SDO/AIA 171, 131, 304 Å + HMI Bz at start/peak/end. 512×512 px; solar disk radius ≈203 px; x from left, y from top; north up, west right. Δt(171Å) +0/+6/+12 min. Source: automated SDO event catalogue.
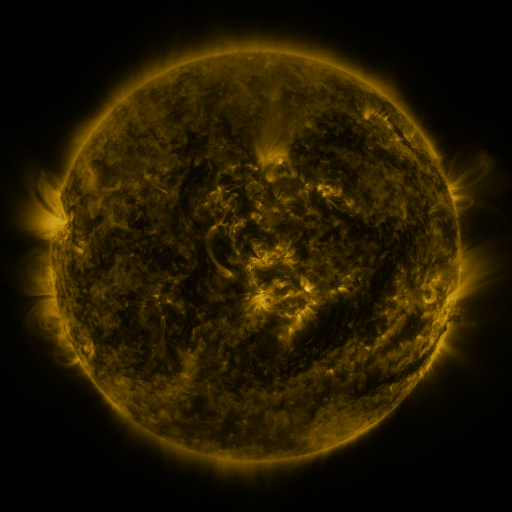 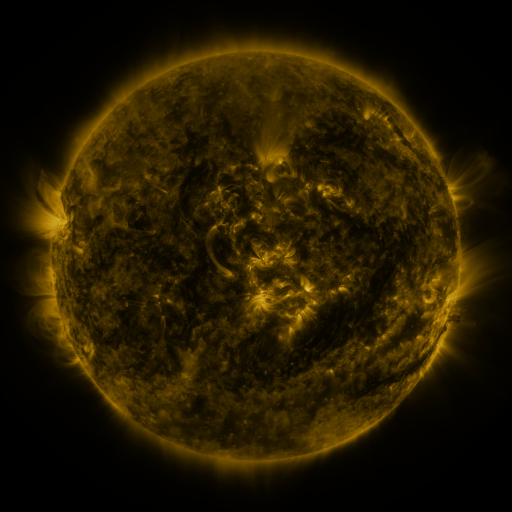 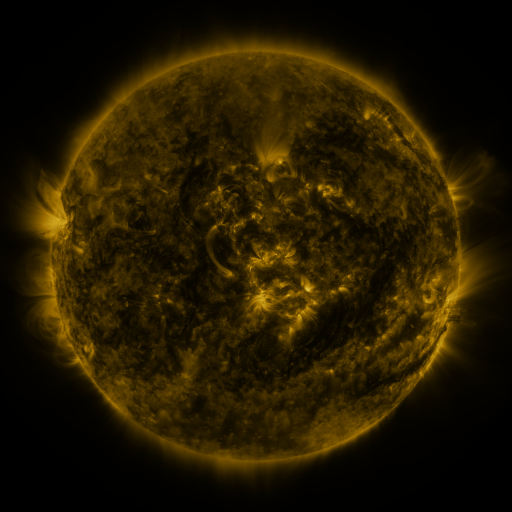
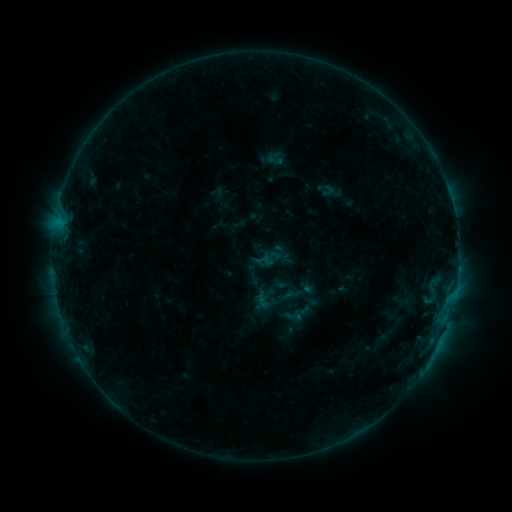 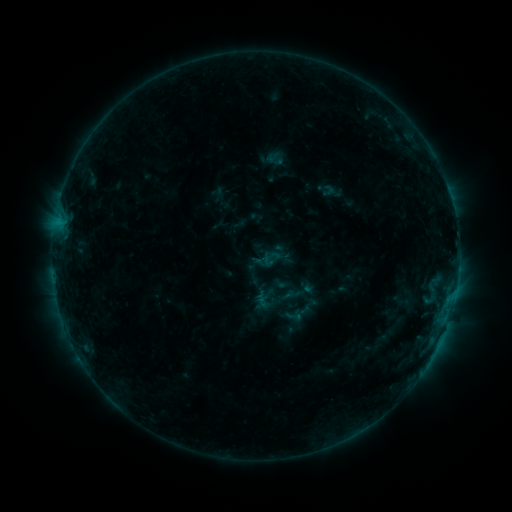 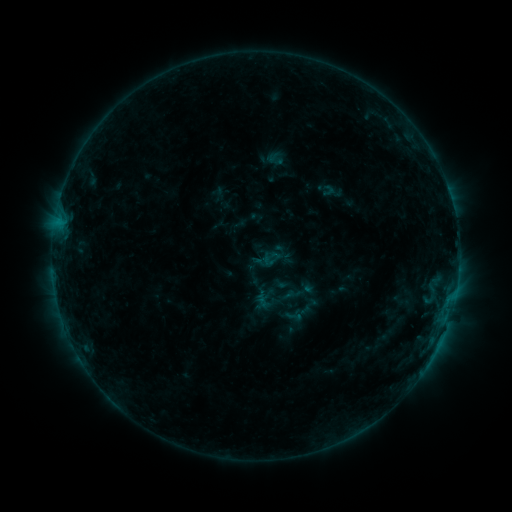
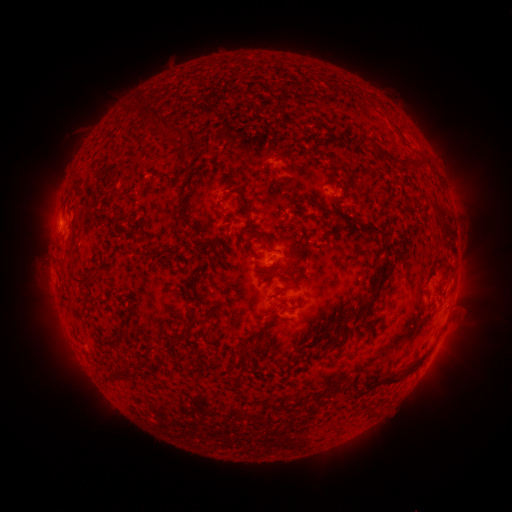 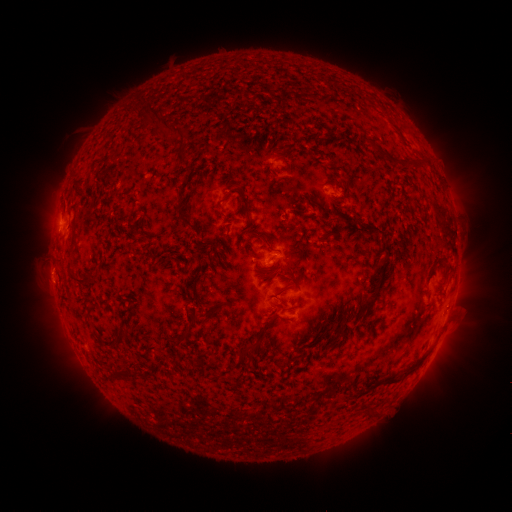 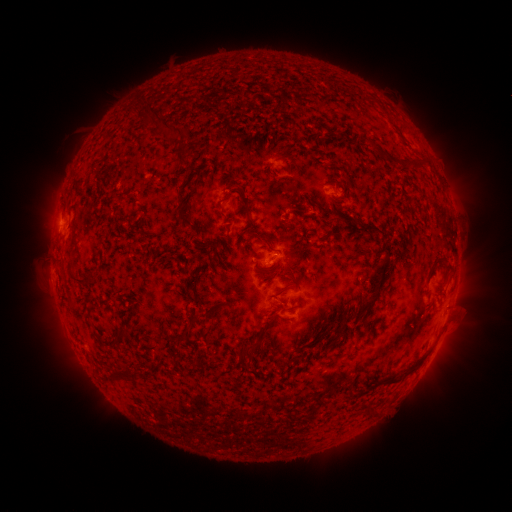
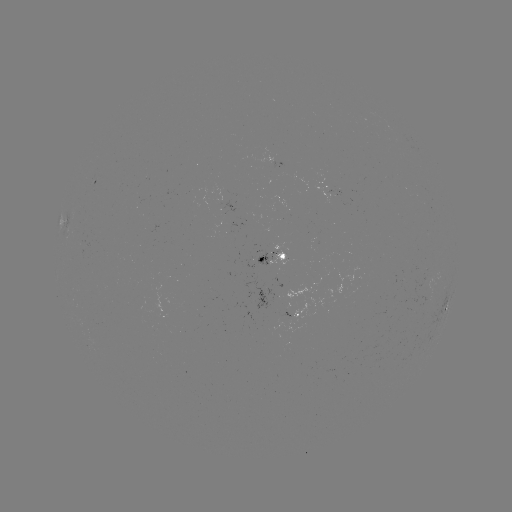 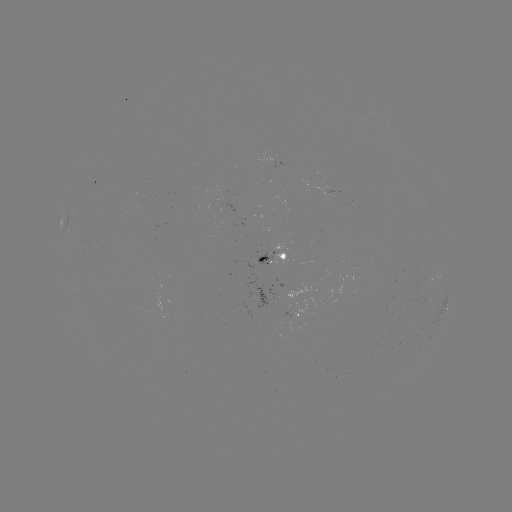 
nothing was catalogued: no classed flare, no EUV trigger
